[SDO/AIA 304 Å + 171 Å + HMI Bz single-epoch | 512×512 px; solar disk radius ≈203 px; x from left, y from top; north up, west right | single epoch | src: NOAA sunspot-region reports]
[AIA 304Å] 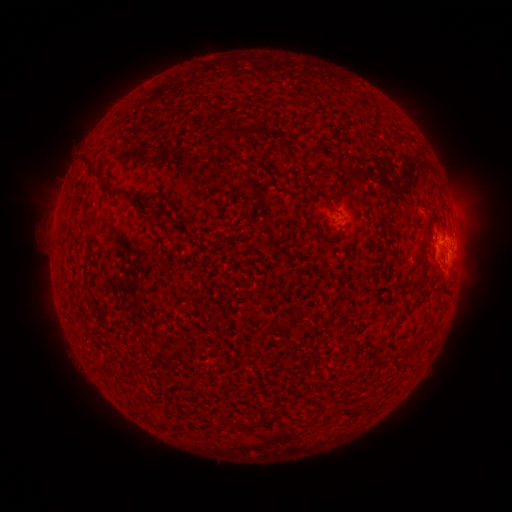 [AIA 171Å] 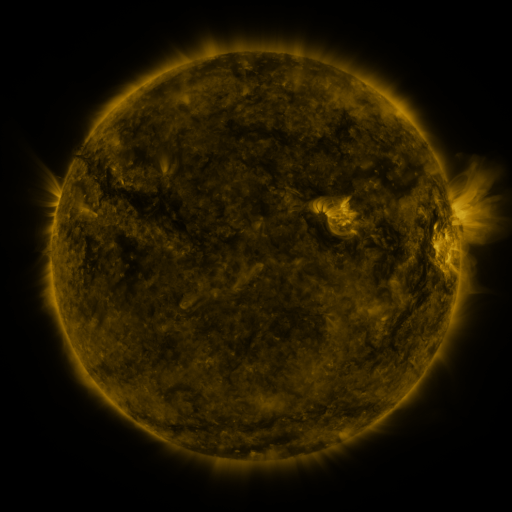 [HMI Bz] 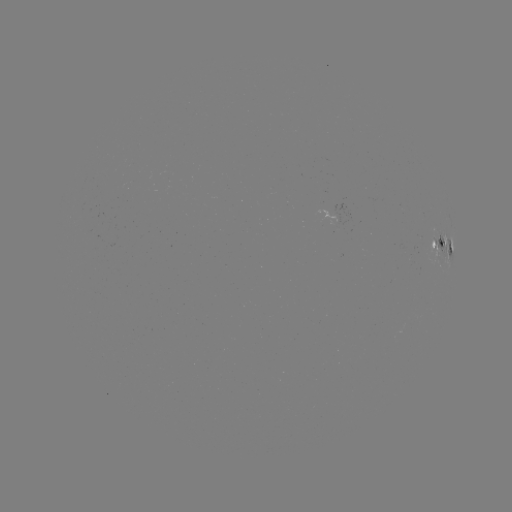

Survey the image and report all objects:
spotted active region: (440, 242)
spotted active region: (452, 246)
